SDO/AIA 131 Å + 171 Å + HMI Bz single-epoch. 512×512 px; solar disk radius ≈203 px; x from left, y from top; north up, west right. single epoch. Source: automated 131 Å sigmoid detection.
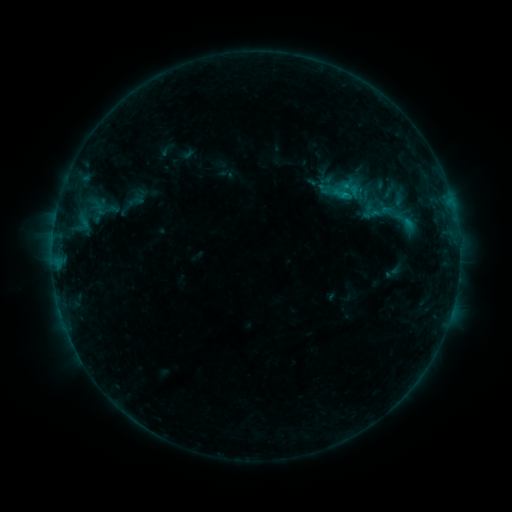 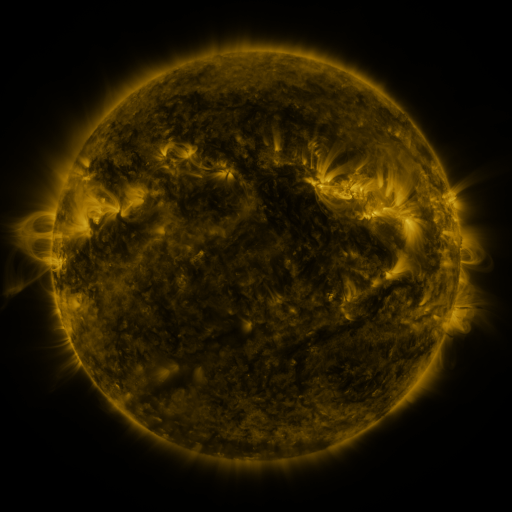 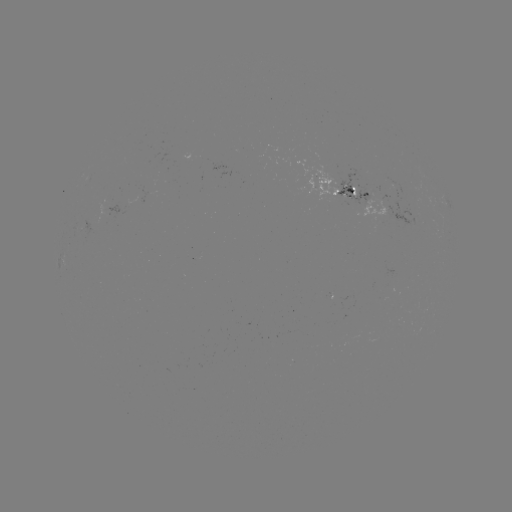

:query sigmoid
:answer [406, 221]